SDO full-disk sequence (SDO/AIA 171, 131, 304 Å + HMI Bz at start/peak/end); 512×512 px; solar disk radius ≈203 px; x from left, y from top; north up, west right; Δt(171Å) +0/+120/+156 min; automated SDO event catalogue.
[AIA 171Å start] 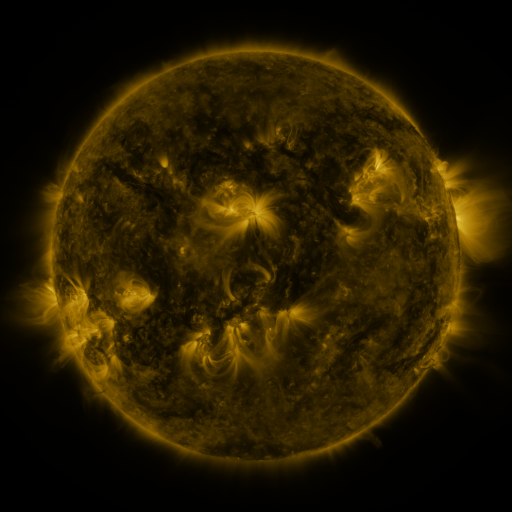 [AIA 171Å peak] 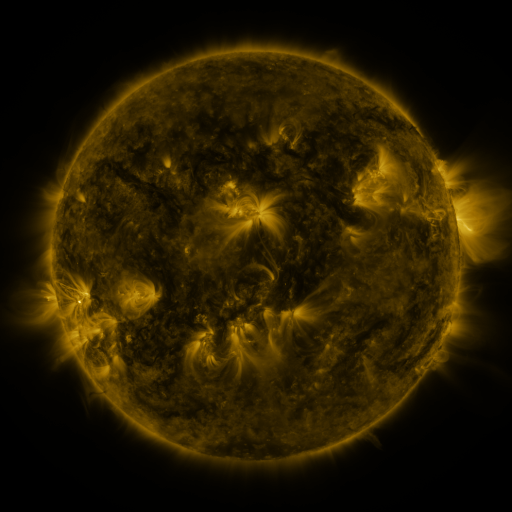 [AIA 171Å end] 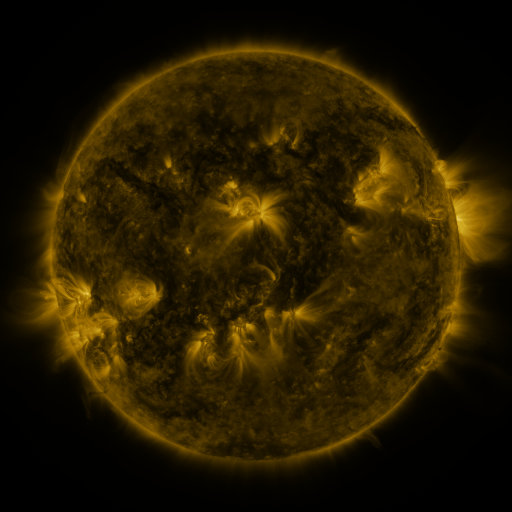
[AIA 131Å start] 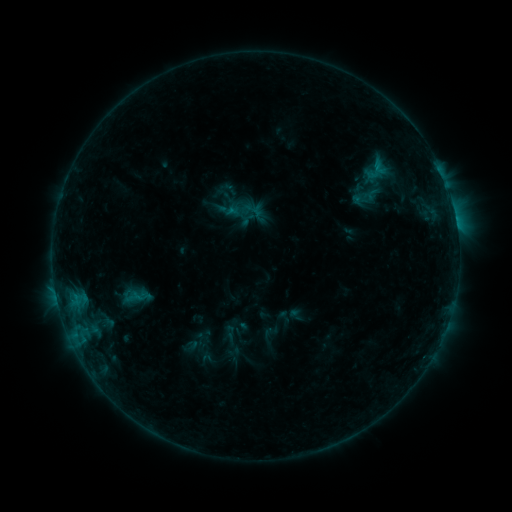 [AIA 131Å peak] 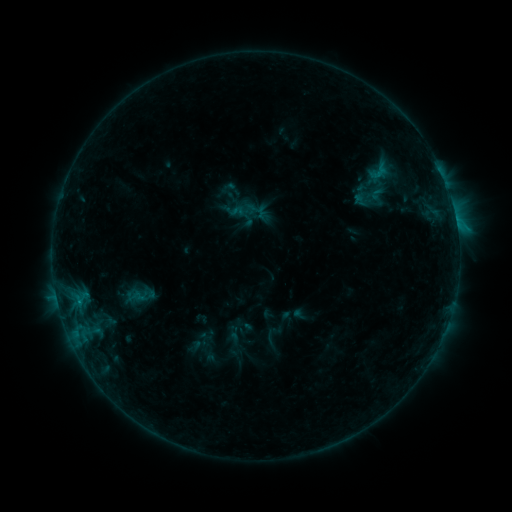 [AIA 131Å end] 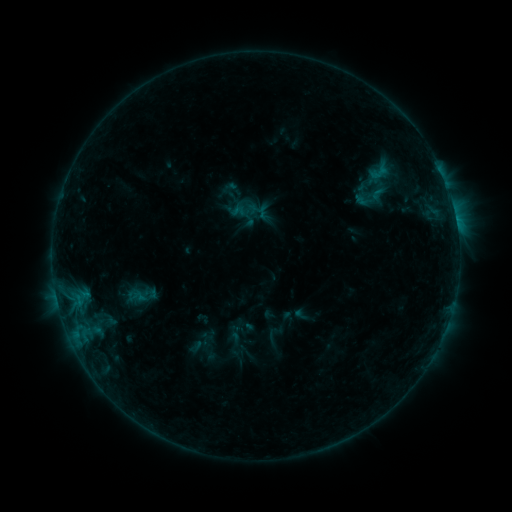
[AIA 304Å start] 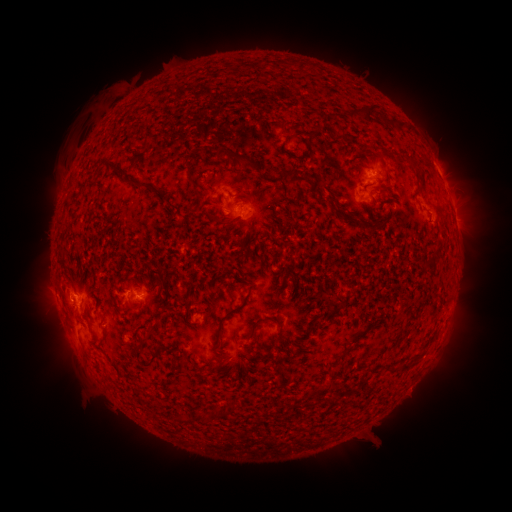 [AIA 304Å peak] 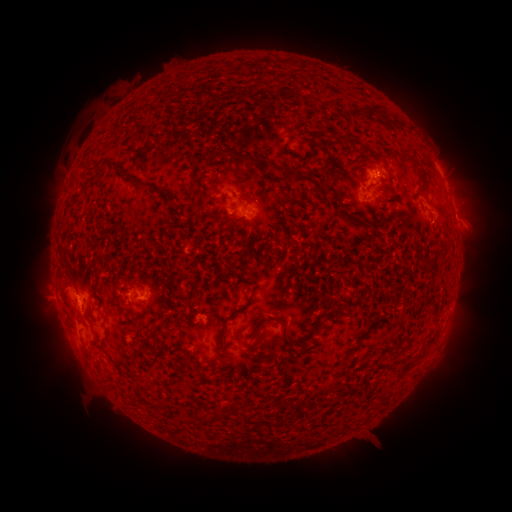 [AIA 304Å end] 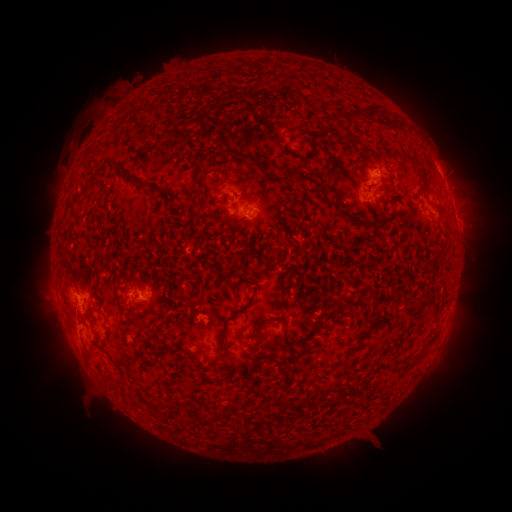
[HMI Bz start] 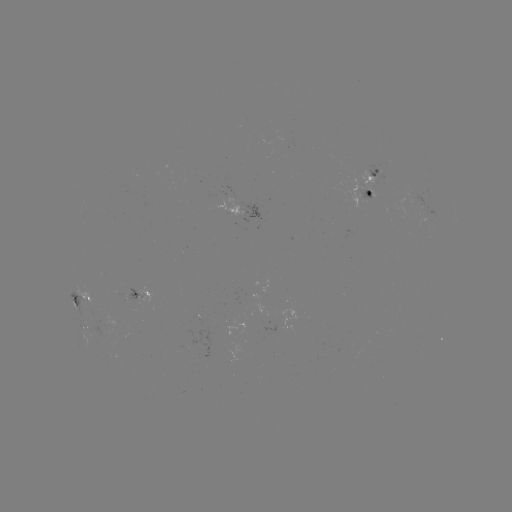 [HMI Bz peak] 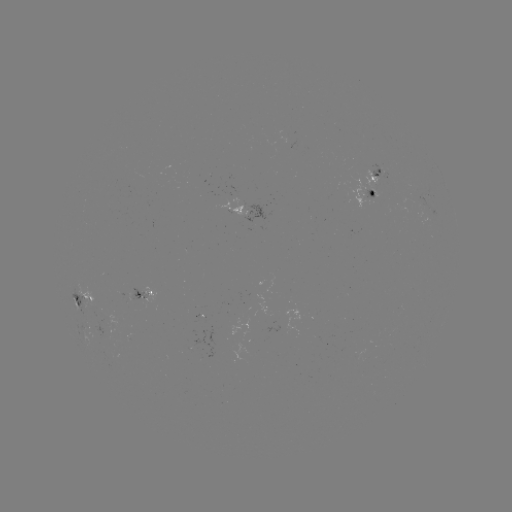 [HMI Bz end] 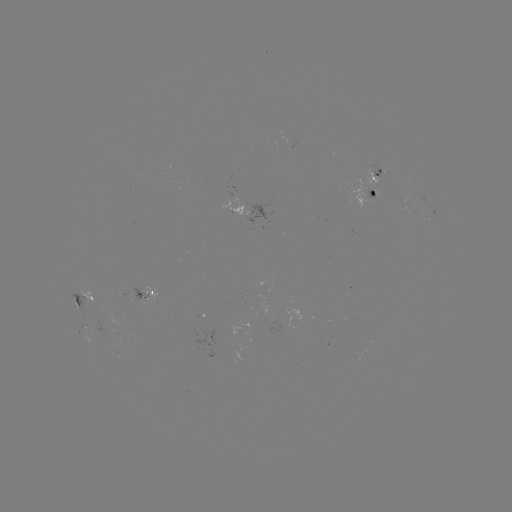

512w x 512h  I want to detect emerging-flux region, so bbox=[218, 200, 248, 215].